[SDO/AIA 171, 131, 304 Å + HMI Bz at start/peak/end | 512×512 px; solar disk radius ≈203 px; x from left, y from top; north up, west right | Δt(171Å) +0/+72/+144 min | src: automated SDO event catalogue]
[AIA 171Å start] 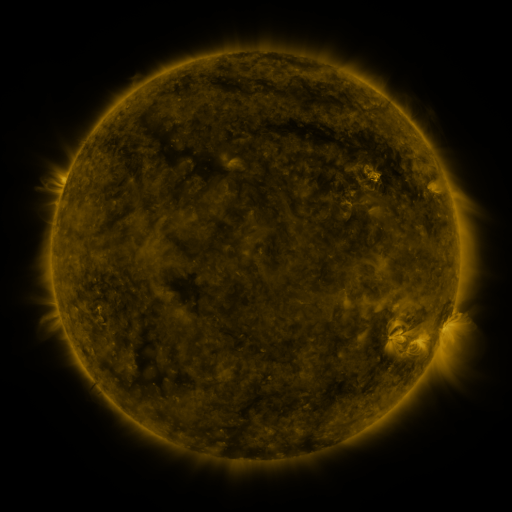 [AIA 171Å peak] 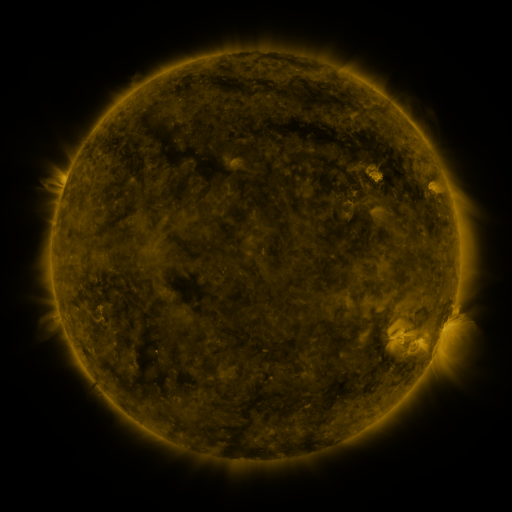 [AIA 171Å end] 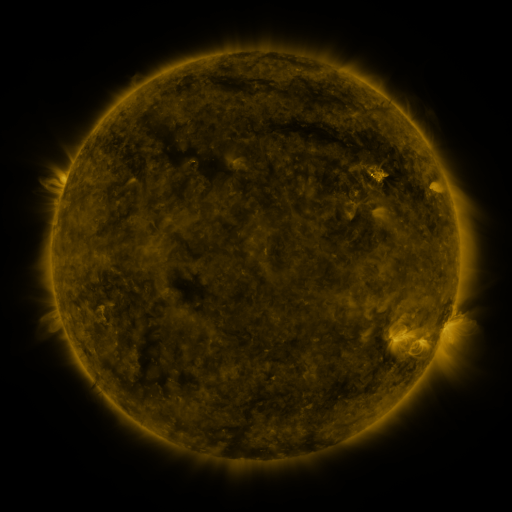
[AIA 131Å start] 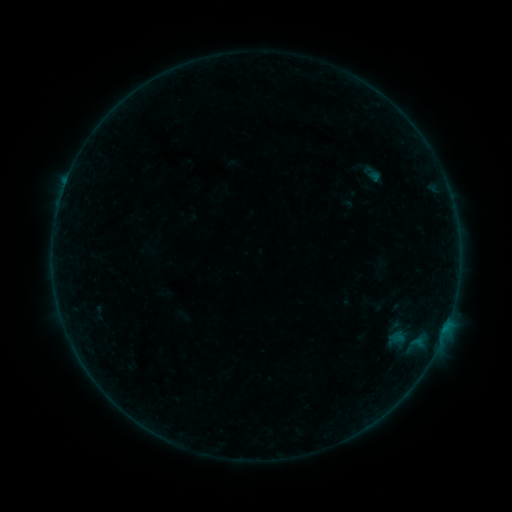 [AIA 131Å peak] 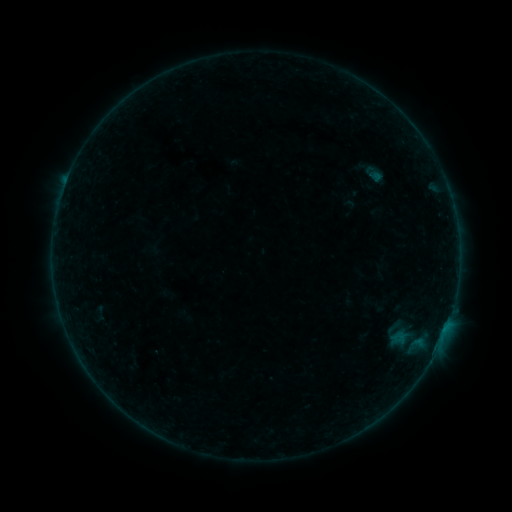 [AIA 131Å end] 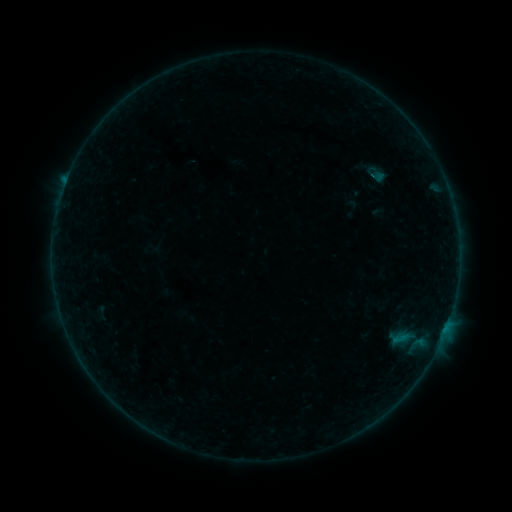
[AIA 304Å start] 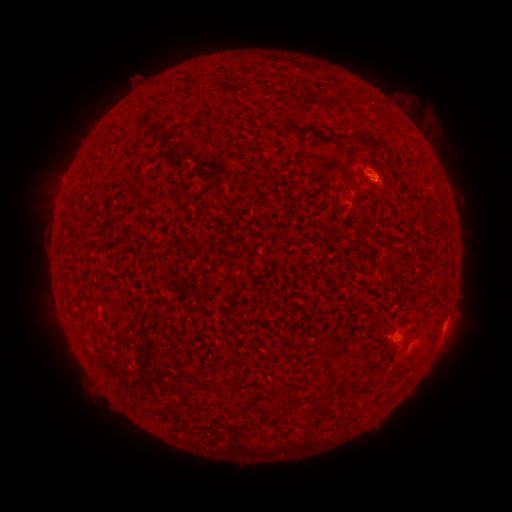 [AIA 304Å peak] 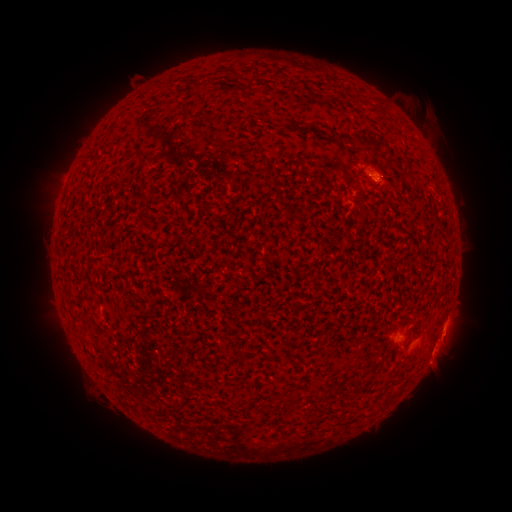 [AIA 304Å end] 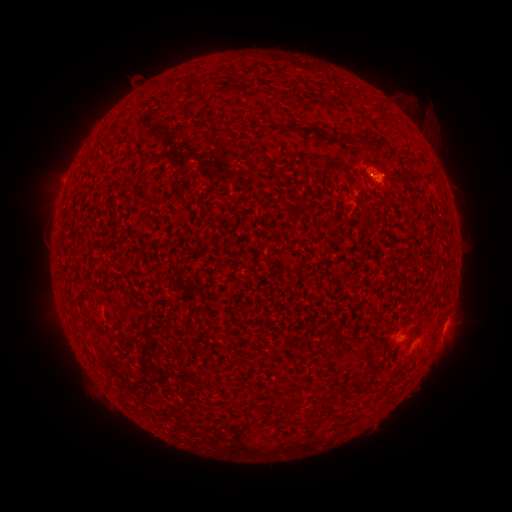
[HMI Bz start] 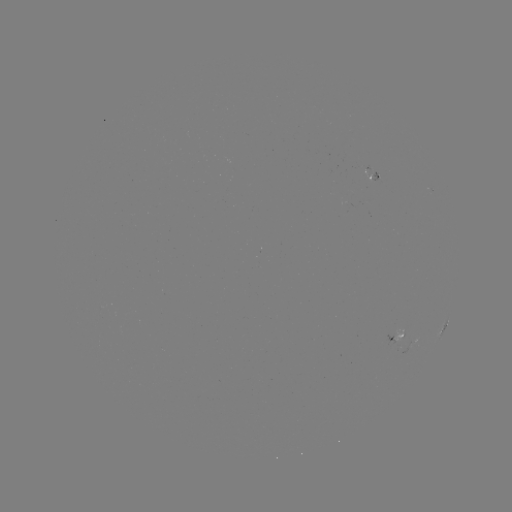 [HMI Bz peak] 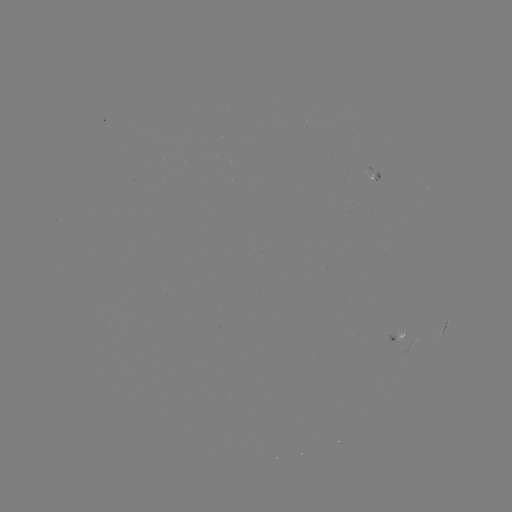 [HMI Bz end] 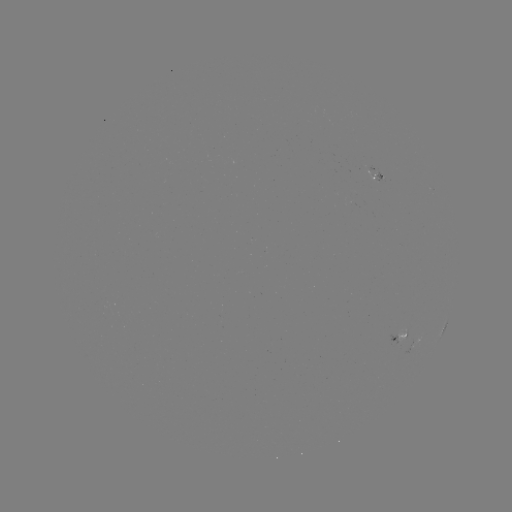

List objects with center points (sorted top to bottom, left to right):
filament eruption: (453, 375)
